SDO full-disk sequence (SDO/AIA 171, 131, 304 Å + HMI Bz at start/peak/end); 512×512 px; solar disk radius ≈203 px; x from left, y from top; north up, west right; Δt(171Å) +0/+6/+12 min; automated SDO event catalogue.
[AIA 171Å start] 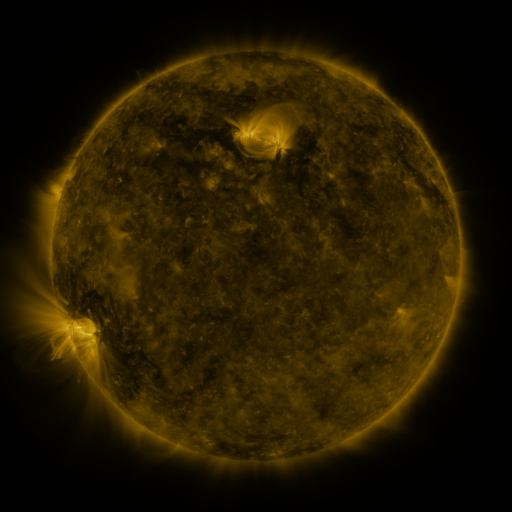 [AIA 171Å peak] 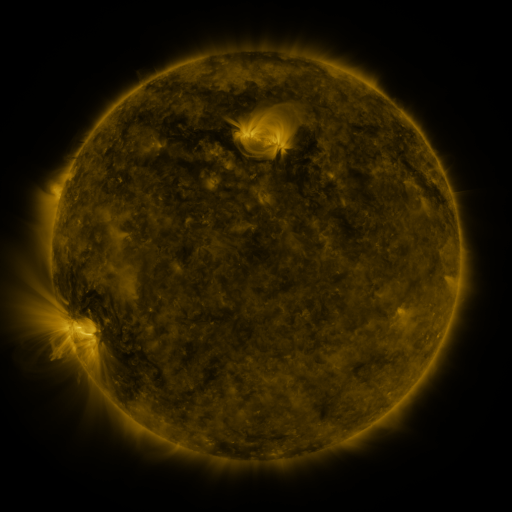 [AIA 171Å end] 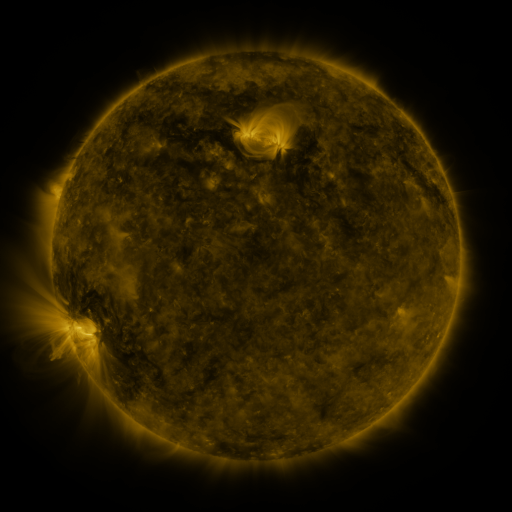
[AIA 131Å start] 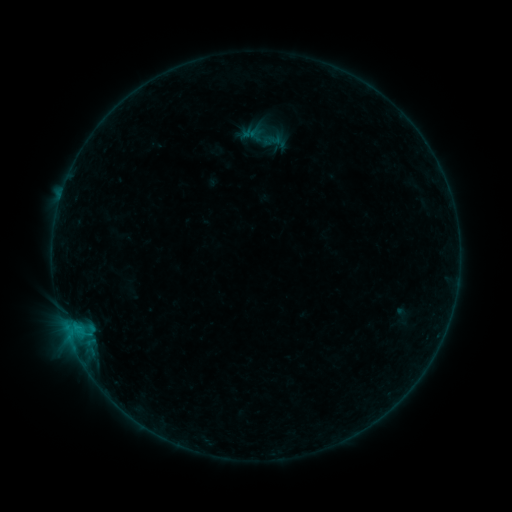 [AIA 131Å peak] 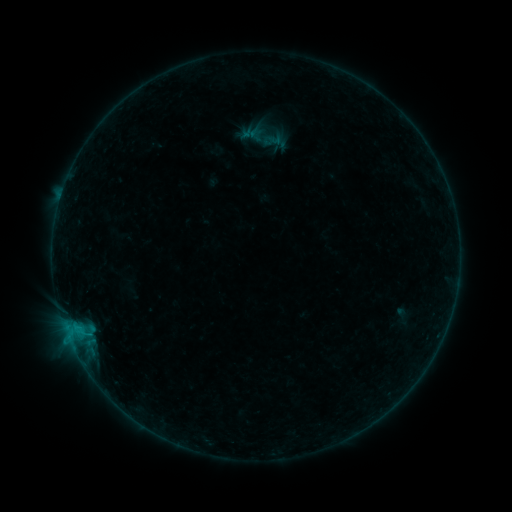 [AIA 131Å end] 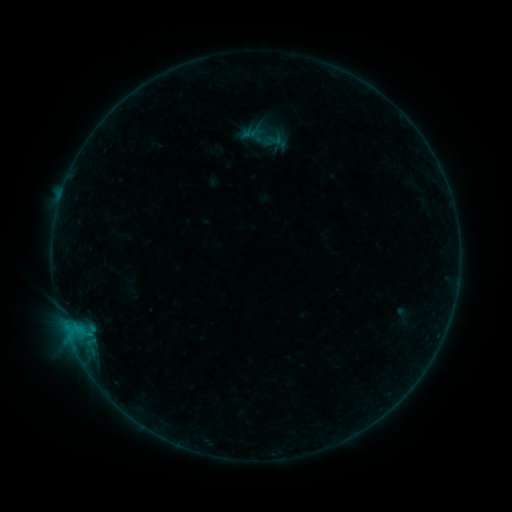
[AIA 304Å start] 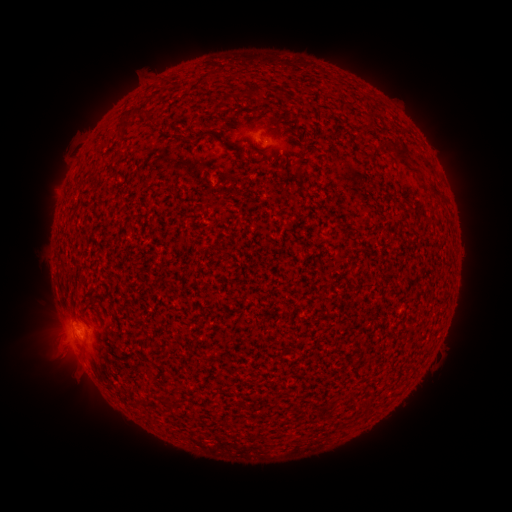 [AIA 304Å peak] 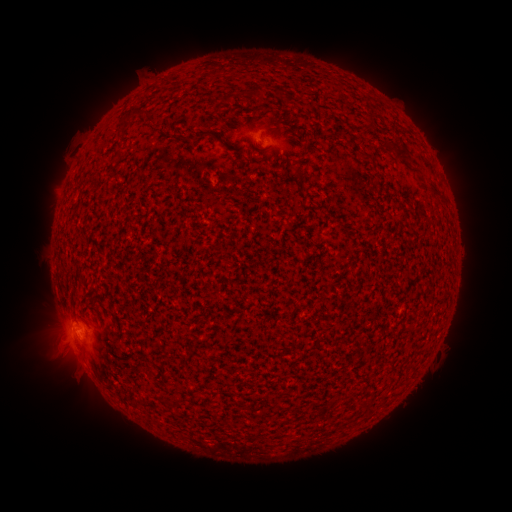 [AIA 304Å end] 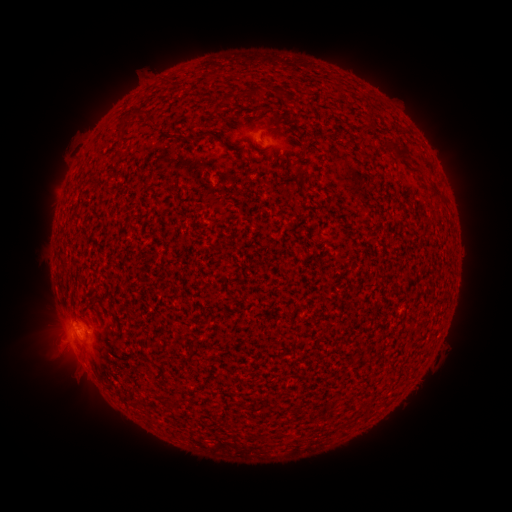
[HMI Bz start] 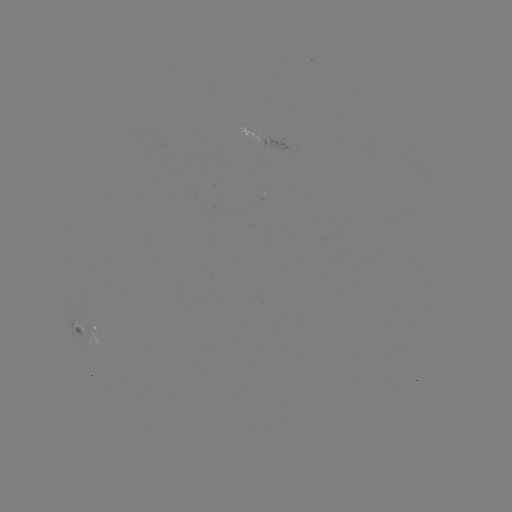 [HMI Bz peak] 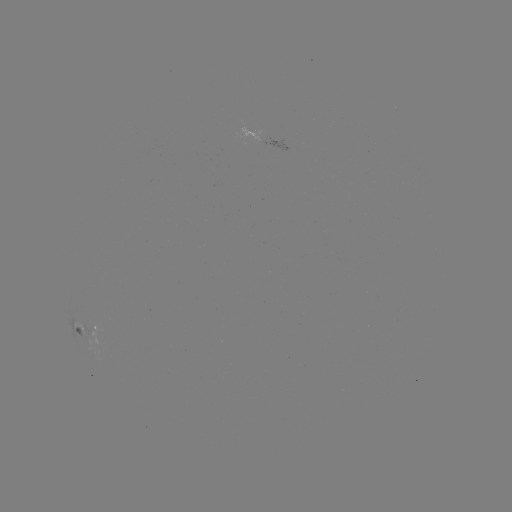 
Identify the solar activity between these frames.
B2.5 flare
